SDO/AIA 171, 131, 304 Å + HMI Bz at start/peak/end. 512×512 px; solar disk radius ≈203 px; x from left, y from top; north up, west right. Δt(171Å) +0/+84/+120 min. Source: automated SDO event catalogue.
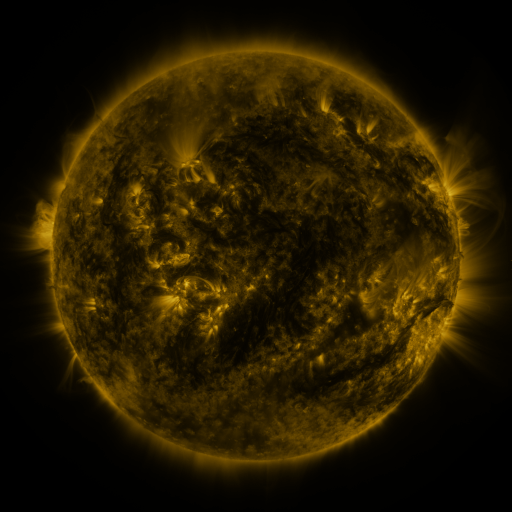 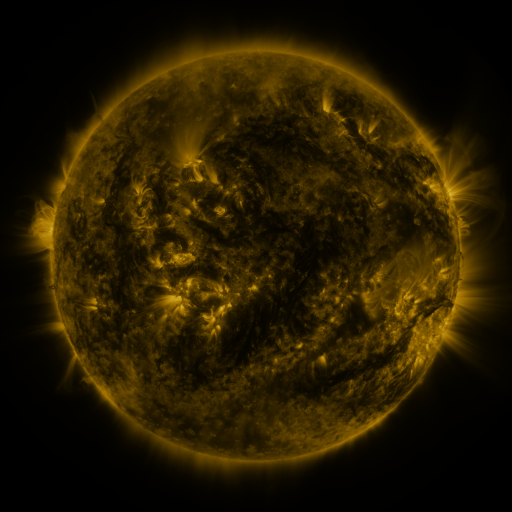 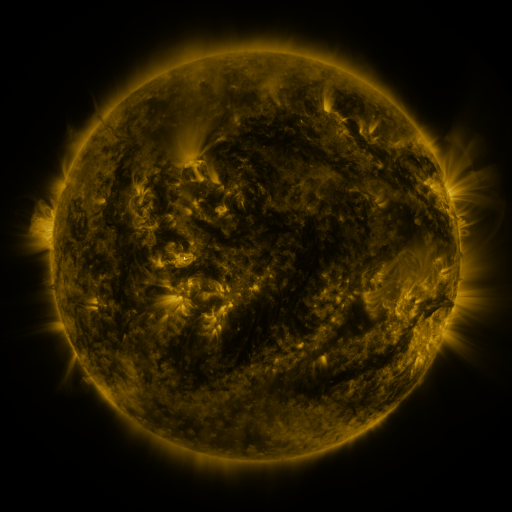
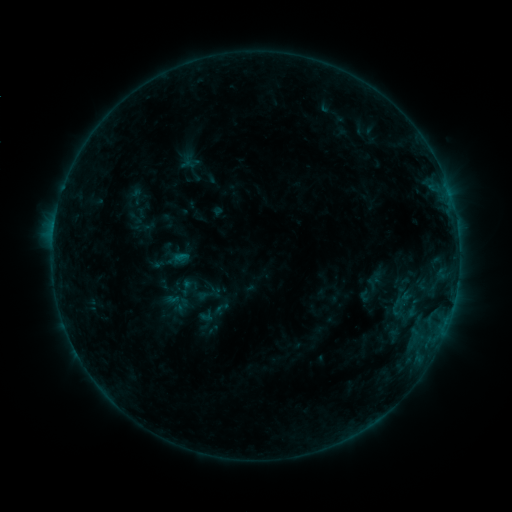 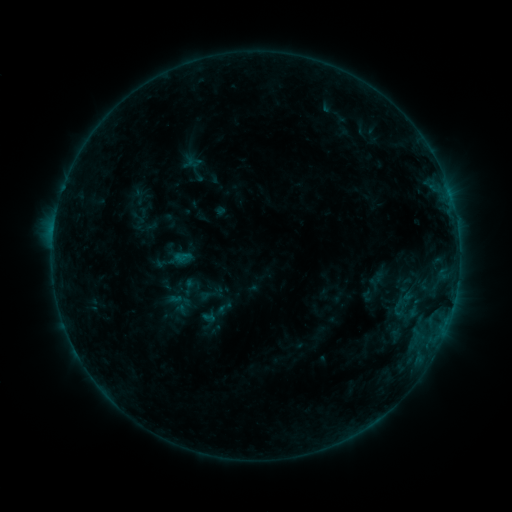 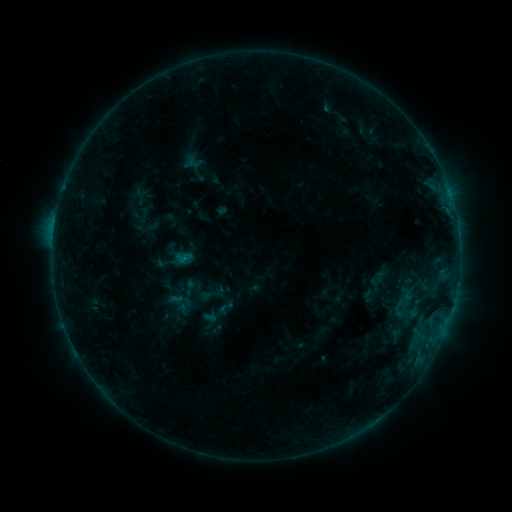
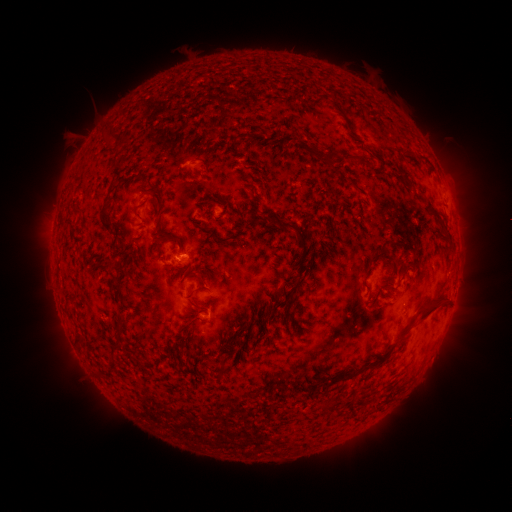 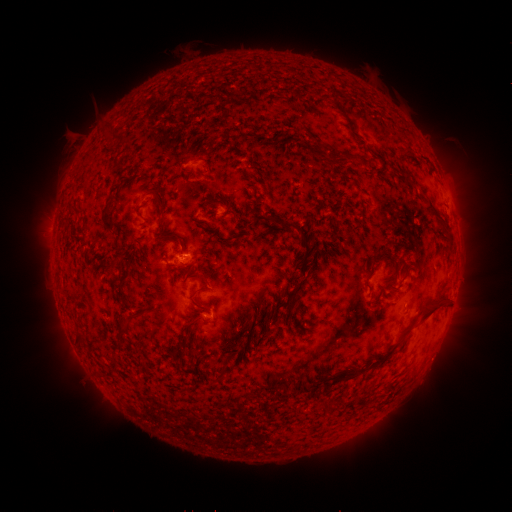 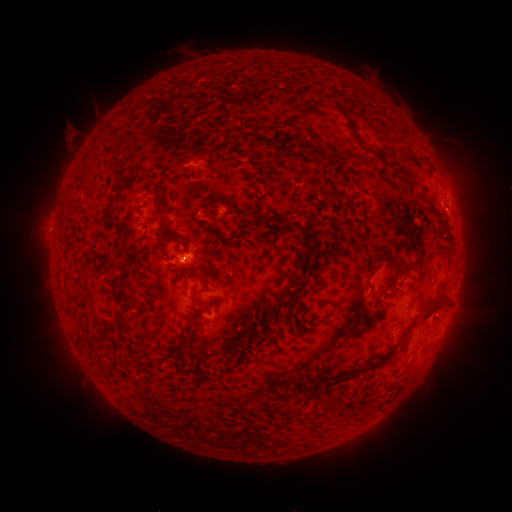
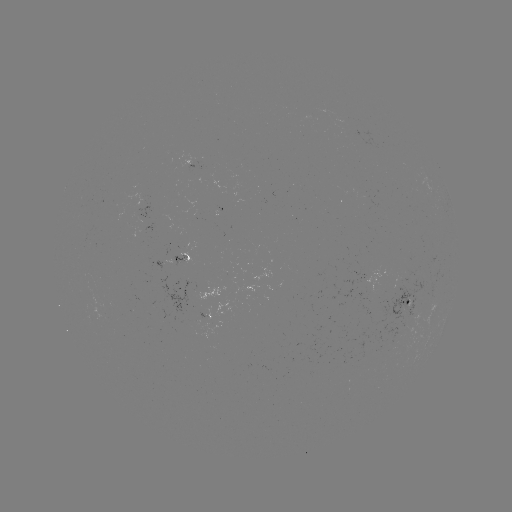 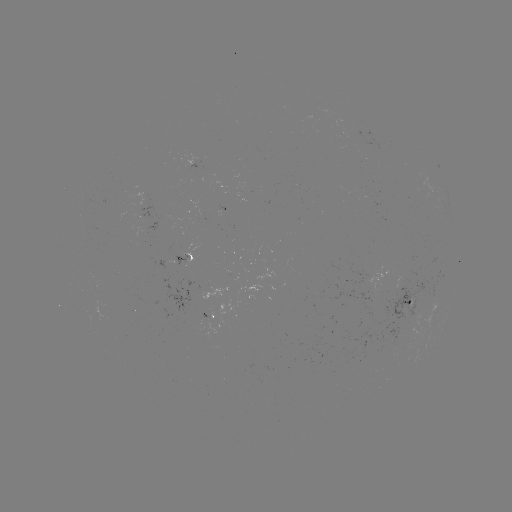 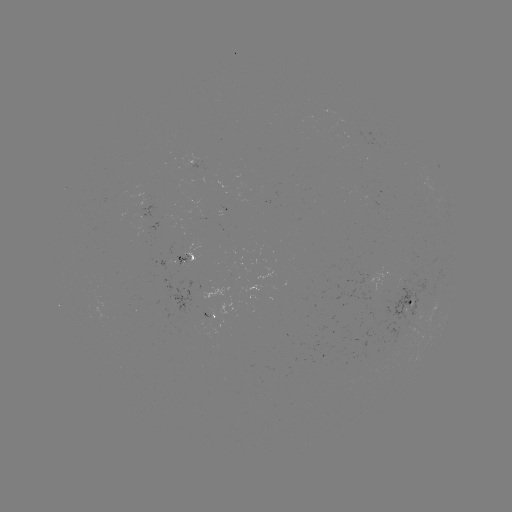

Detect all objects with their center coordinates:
emerging-flux region: (392, 345)
